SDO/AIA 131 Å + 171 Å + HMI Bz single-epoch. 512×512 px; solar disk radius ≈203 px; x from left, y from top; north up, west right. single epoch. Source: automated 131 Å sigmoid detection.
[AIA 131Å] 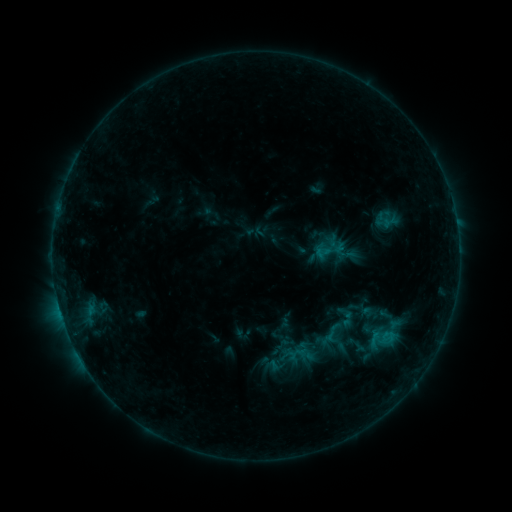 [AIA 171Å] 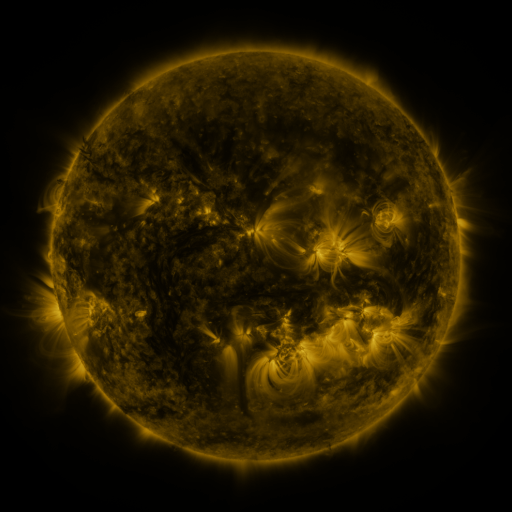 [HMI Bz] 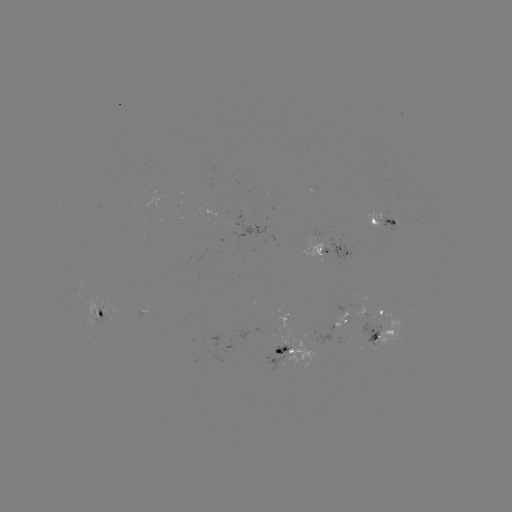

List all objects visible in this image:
sigmoid: (314, 235, 347, 266)
sigmoid: (333, 304, 358, 329)
